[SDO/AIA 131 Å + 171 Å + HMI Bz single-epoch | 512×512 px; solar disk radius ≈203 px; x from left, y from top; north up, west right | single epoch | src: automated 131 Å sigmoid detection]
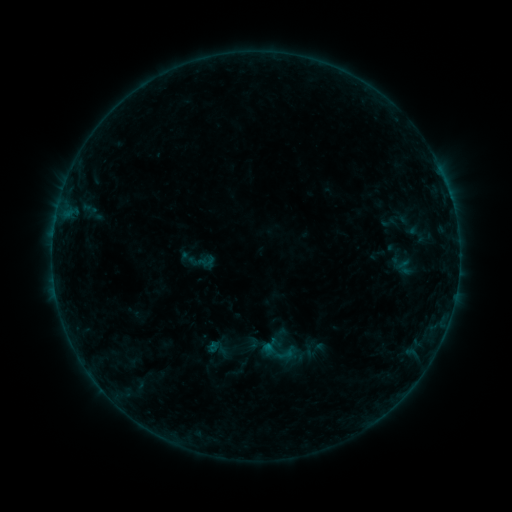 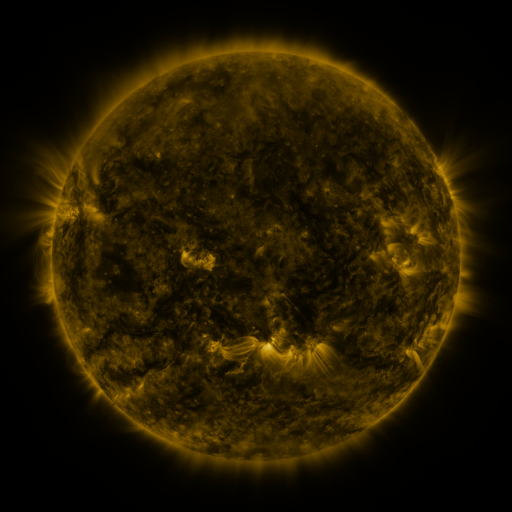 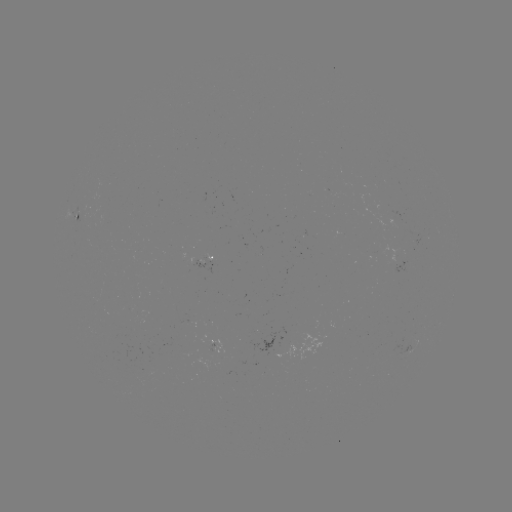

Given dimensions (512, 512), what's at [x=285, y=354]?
sigmoid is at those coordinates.